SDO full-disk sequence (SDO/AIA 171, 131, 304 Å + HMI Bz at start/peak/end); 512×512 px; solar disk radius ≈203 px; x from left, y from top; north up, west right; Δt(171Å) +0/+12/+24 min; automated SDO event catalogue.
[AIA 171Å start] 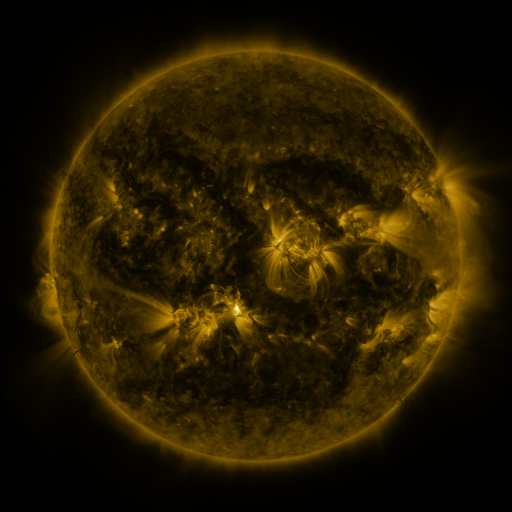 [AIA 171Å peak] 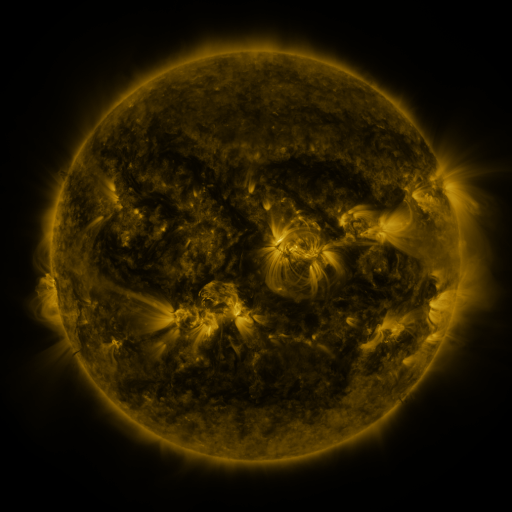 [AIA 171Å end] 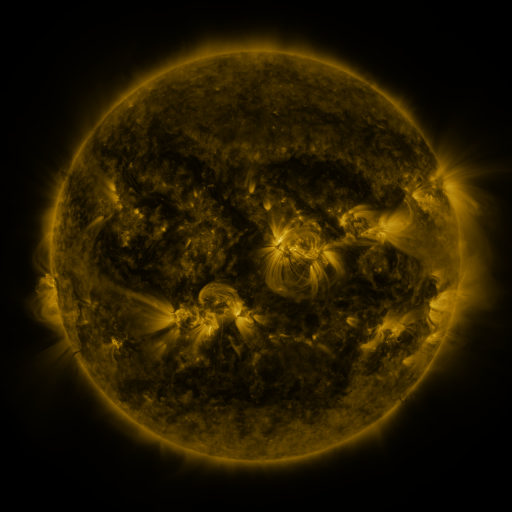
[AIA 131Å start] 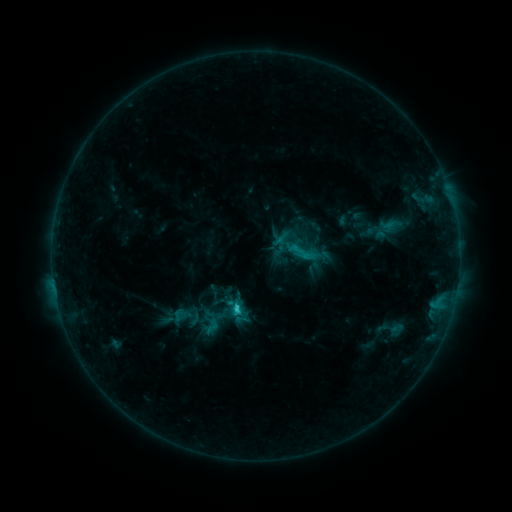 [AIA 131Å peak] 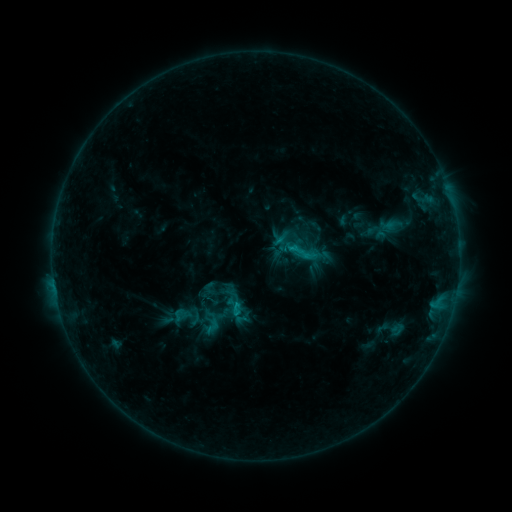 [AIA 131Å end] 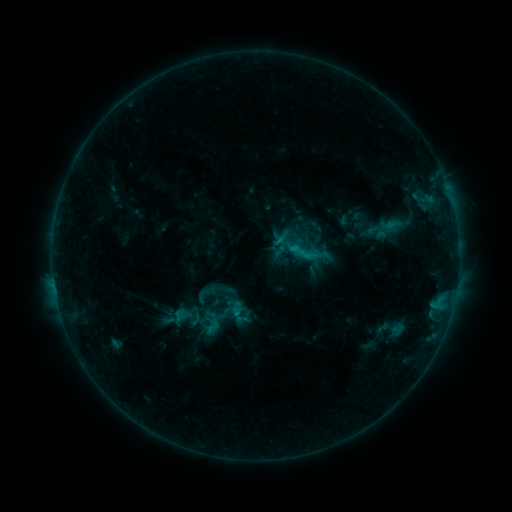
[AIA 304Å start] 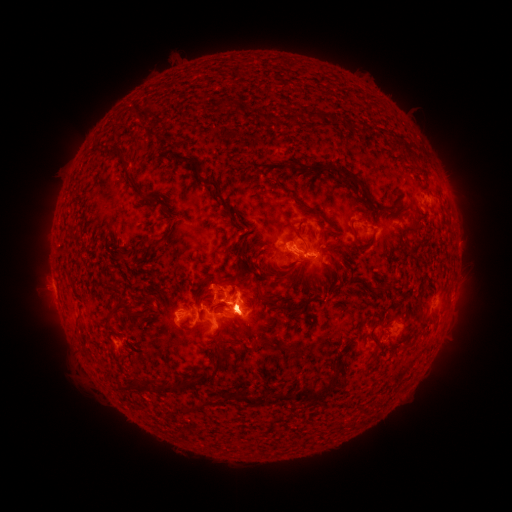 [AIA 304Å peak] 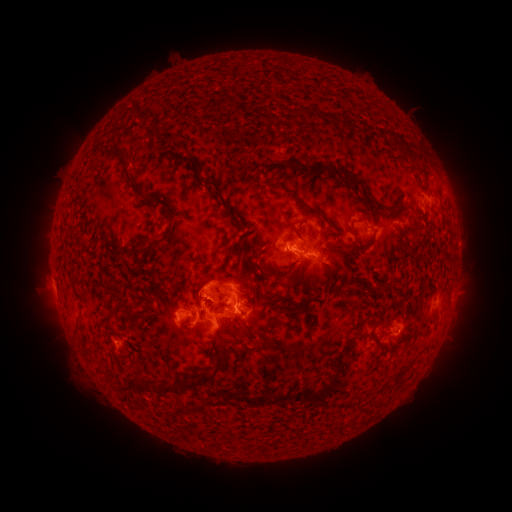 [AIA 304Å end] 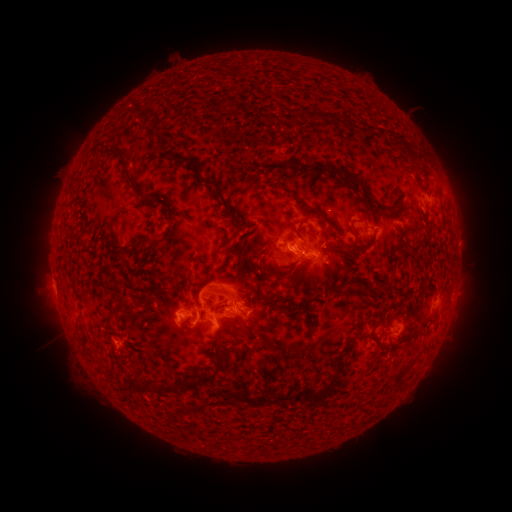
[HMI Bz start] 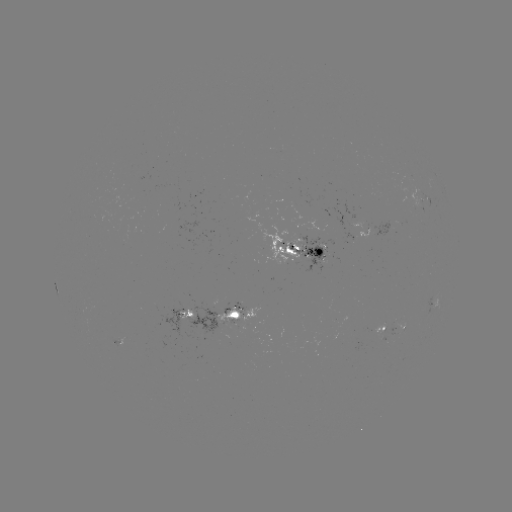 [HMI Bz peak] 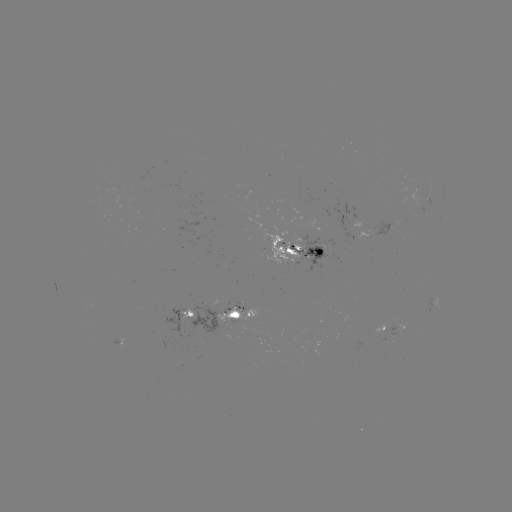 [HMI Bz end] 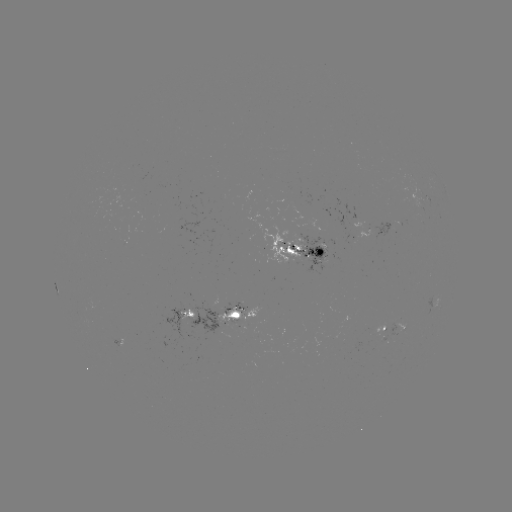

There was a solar eruption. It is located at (220, 287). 